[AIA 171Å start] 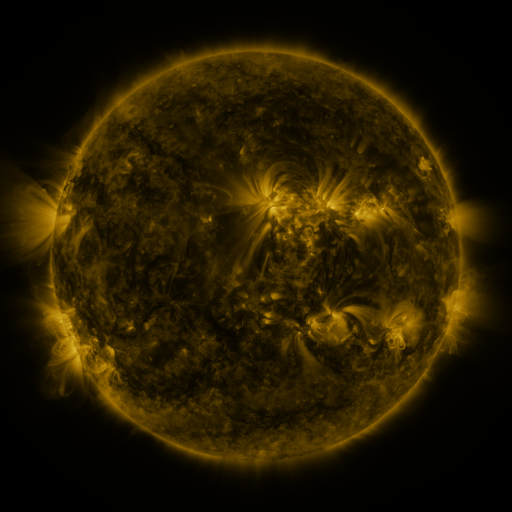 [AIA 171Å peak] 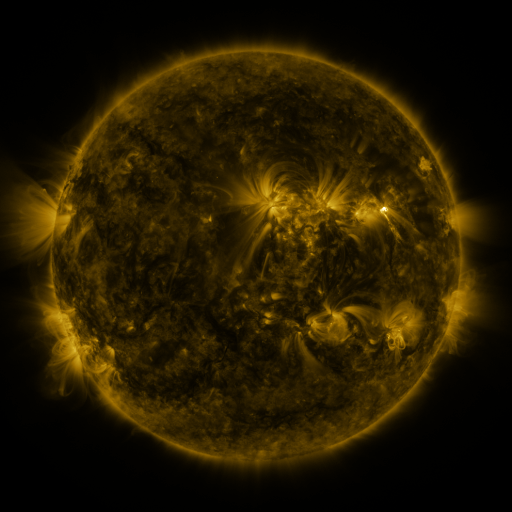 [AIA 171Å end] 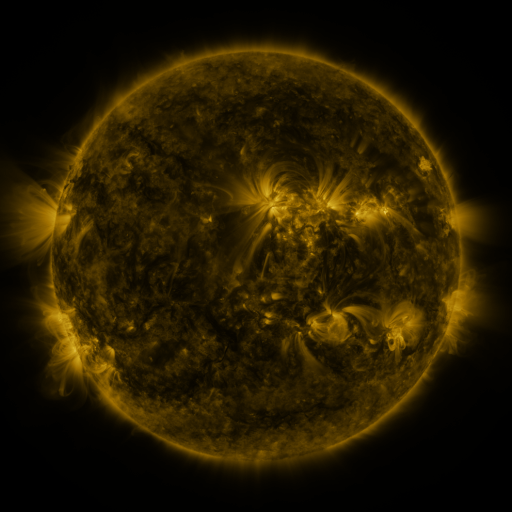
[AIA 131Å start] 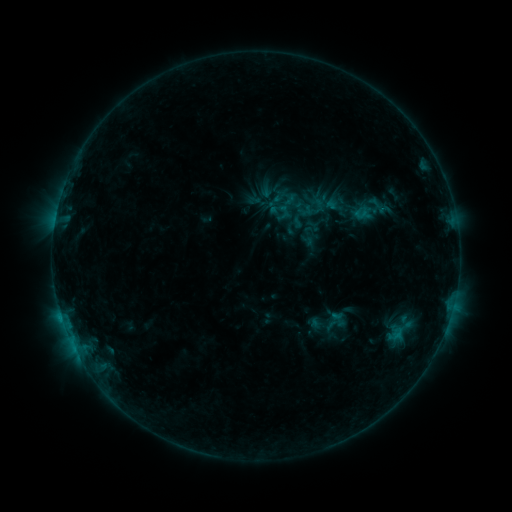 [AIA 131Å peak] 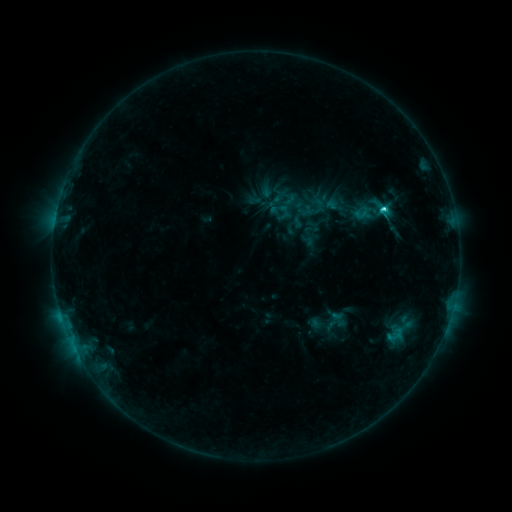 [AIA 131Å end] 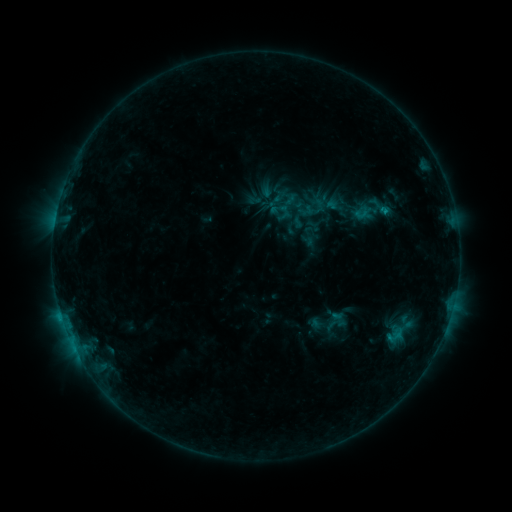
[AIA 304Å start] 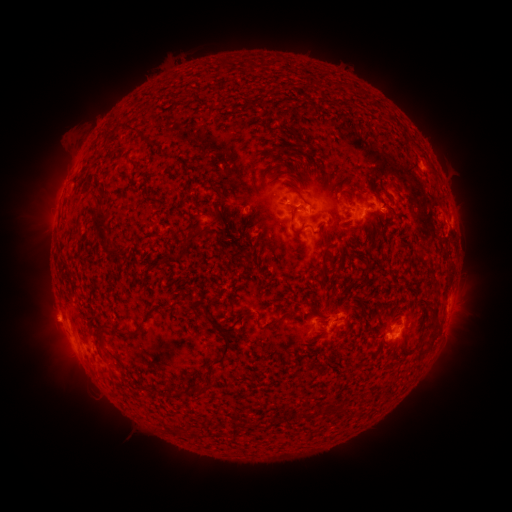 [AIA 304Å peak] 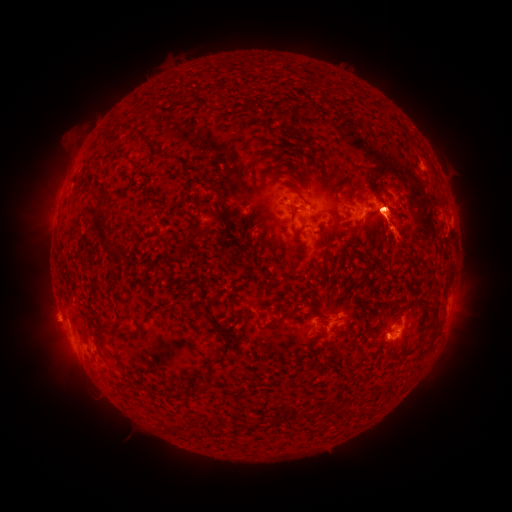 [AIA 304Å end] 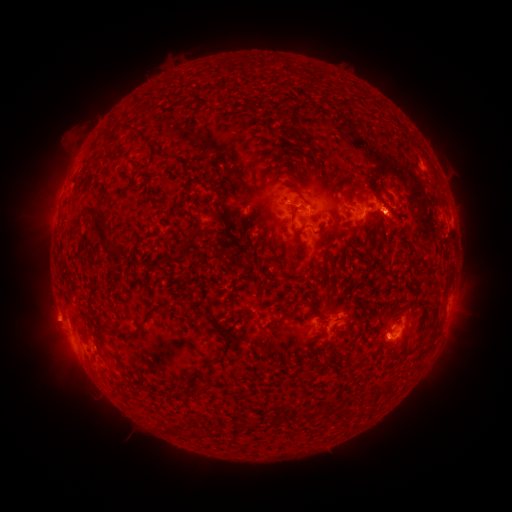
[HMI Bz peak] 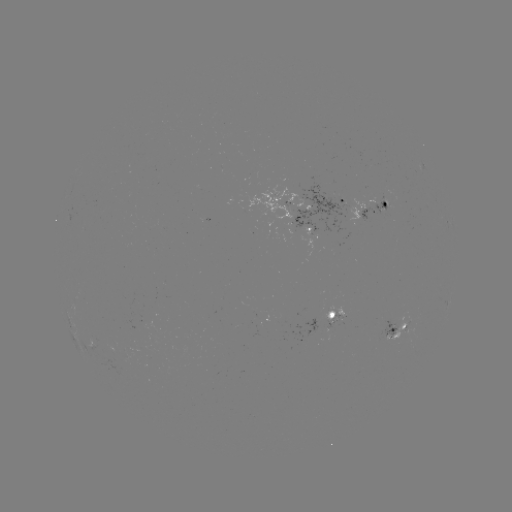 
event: eruption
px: (387, 274)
